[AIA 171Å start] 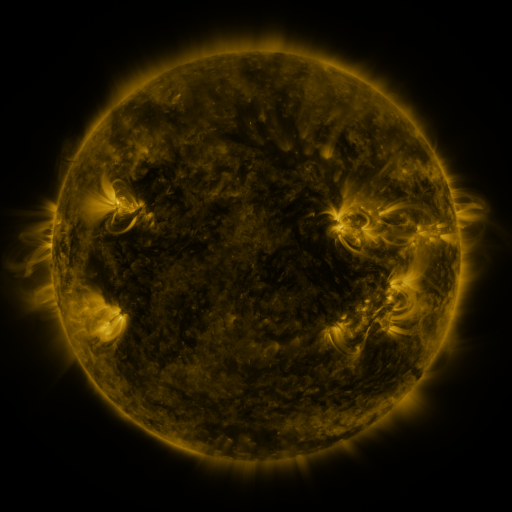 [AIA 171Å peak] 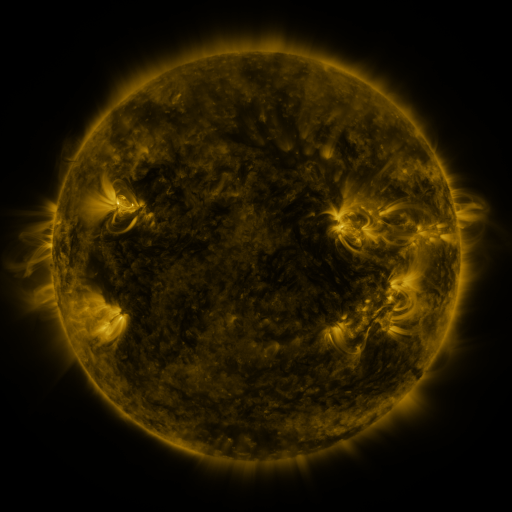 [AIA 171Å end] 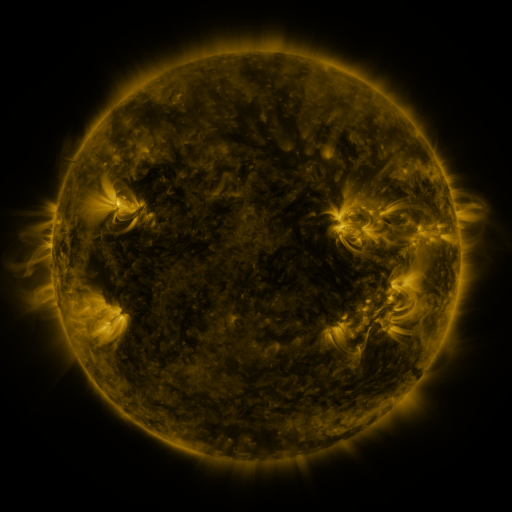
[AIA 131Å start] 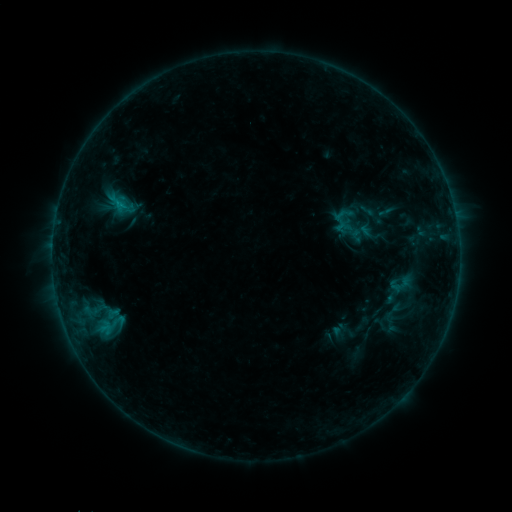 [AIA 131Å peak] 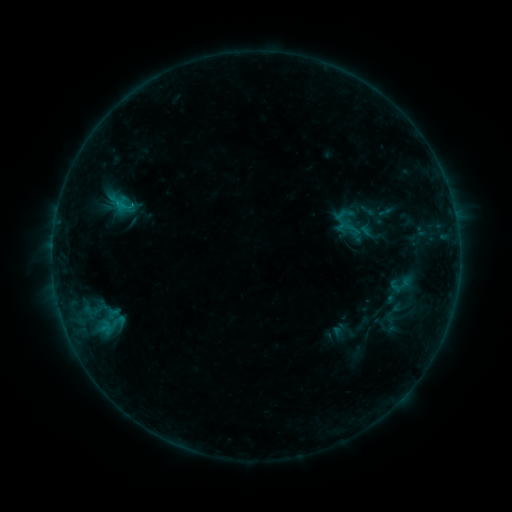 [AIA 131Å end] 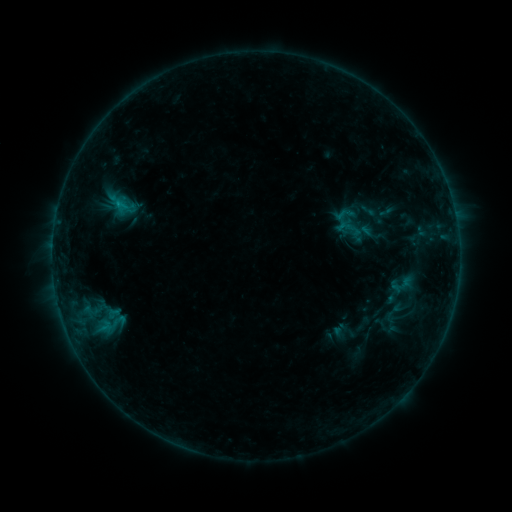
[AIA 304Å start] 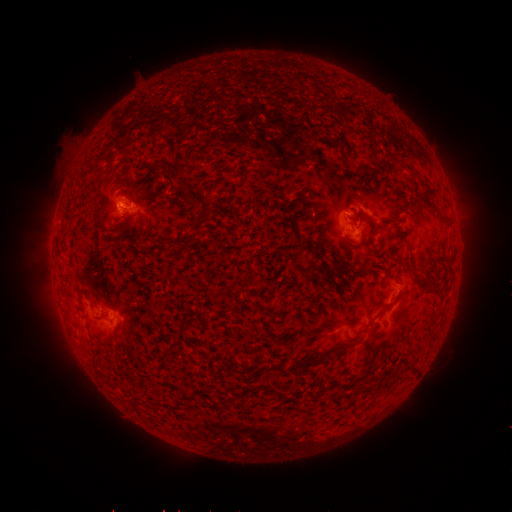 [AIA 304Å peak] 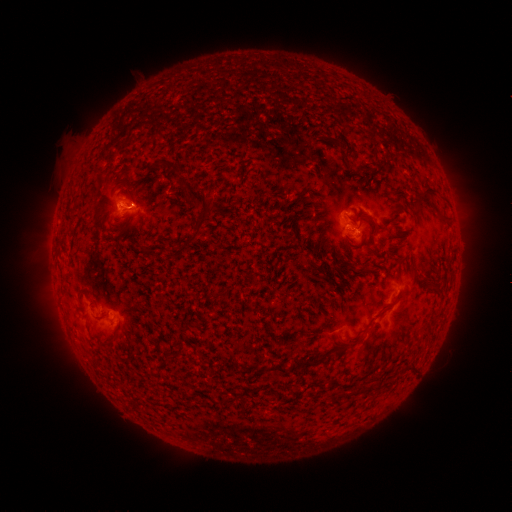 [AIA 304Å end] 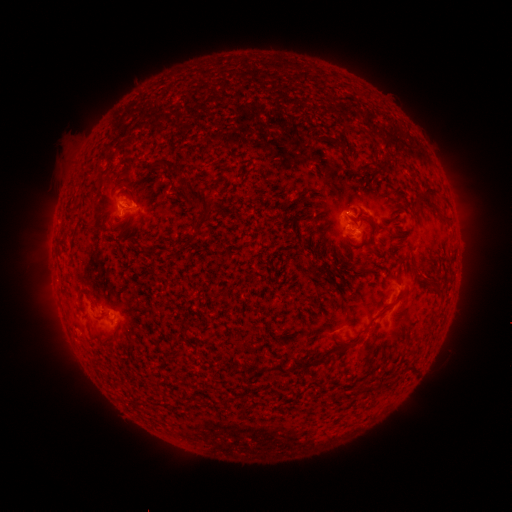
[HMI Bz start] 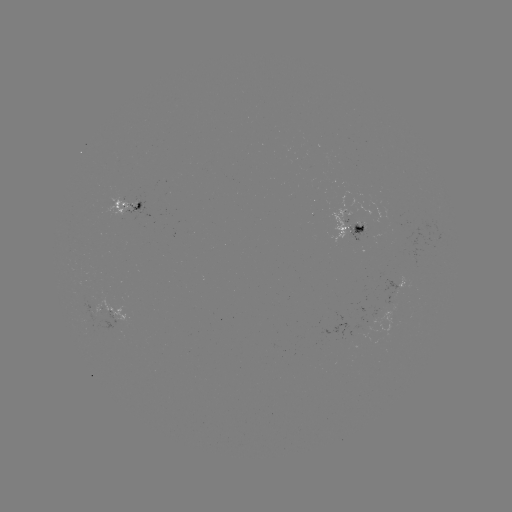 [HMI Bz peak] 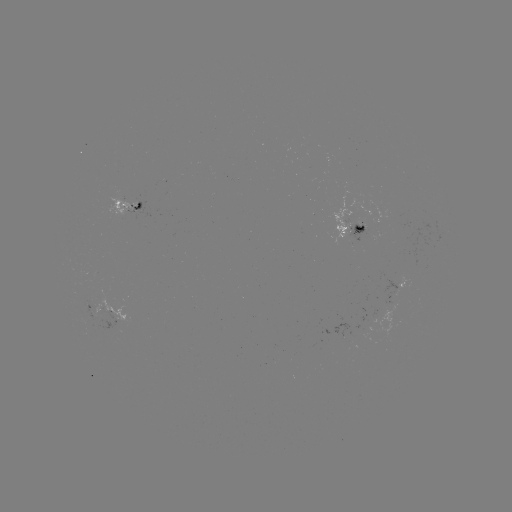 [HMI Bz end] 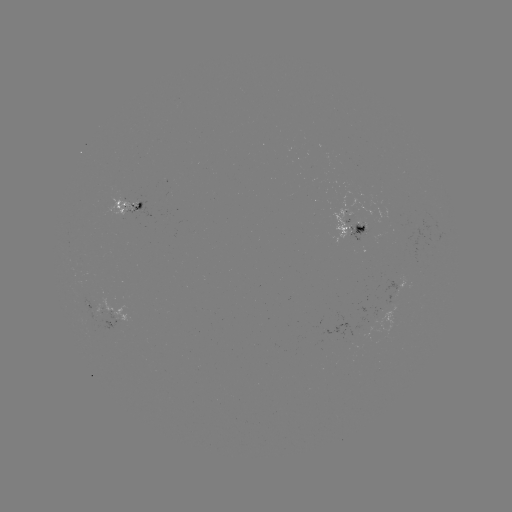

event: flare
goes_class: B5.8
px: (131, 208)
